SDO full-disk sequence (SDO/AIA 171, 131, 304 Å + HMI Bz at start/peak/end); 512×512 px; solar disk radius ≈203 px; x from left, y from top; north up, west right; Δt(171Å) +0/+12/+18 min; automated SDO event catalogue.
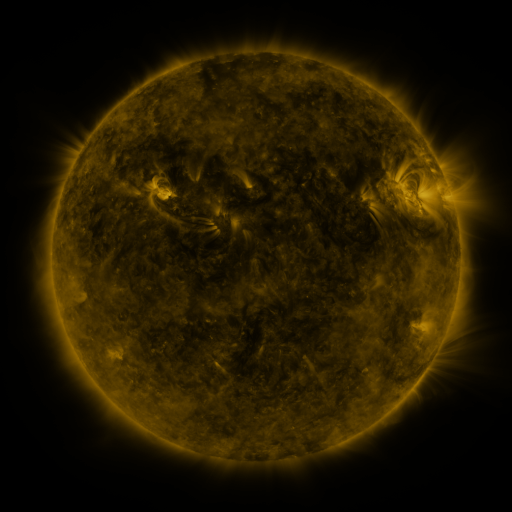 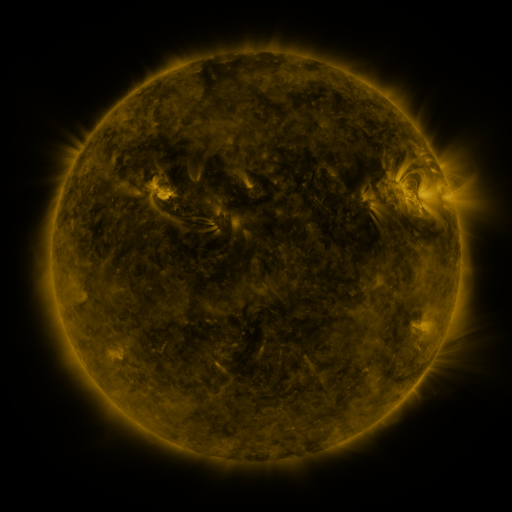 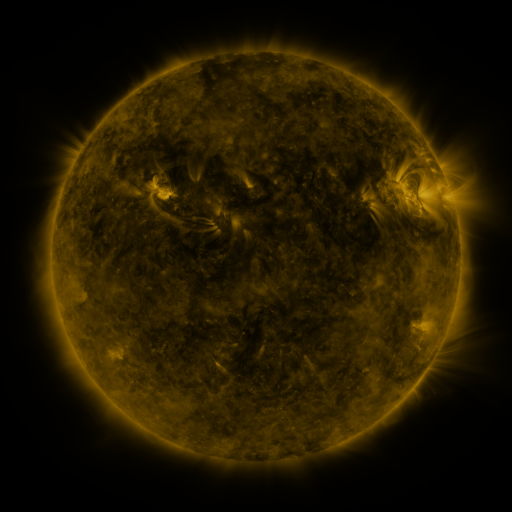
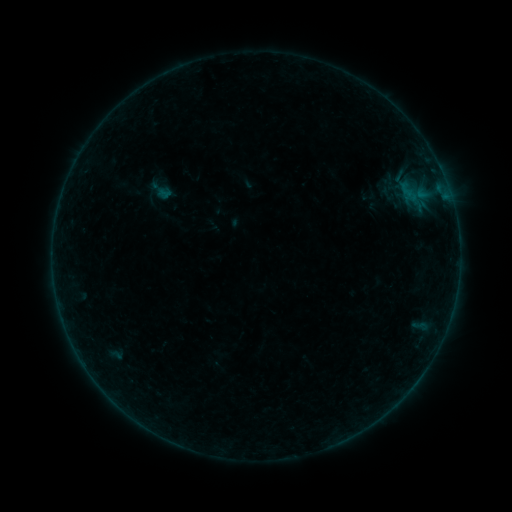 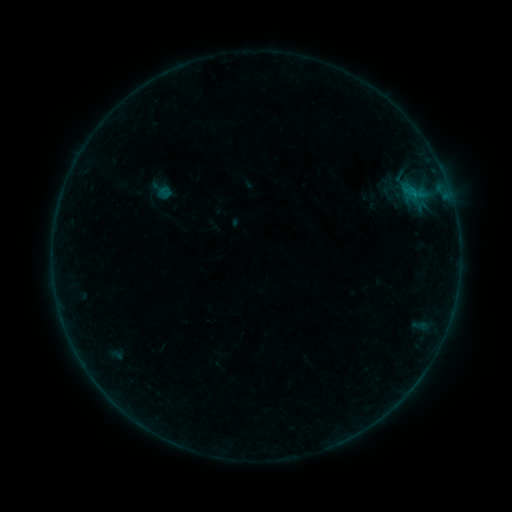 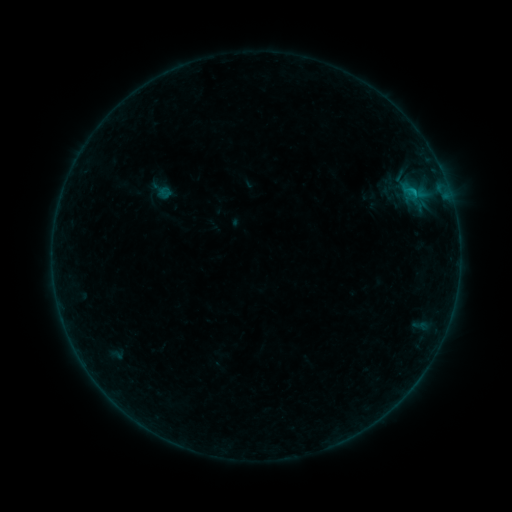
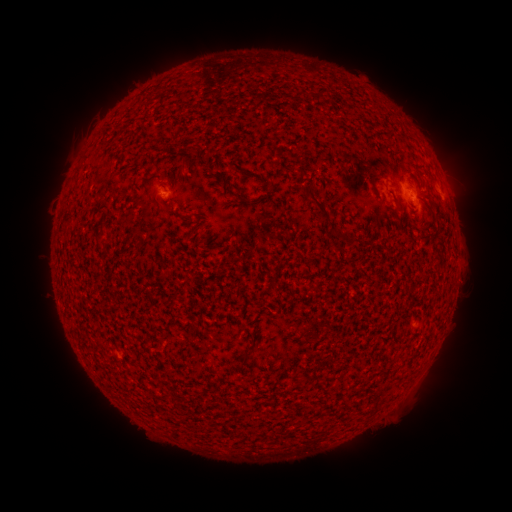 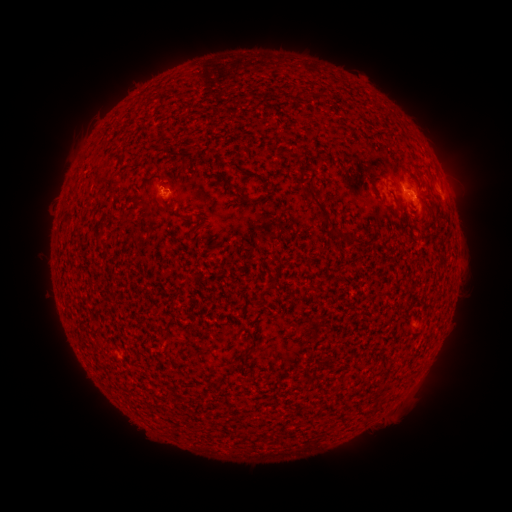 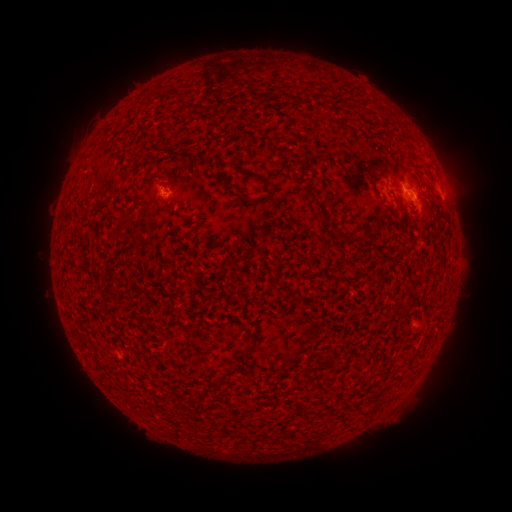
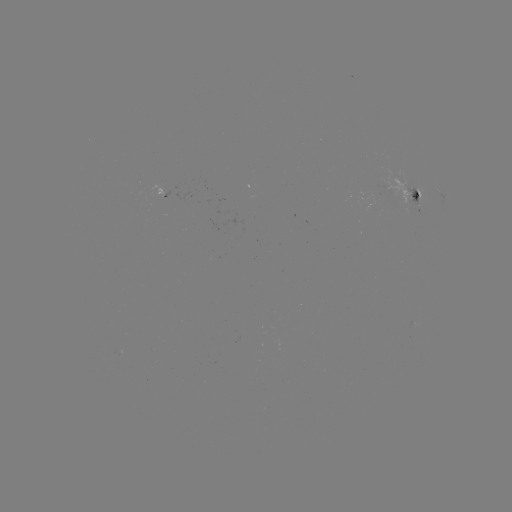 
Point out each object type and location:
B5.0 flare: (414, 199)
